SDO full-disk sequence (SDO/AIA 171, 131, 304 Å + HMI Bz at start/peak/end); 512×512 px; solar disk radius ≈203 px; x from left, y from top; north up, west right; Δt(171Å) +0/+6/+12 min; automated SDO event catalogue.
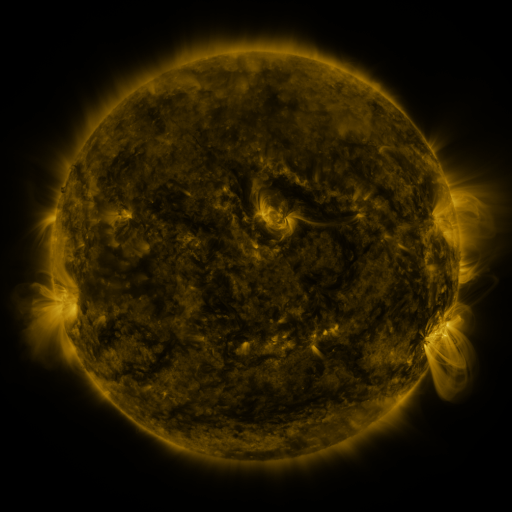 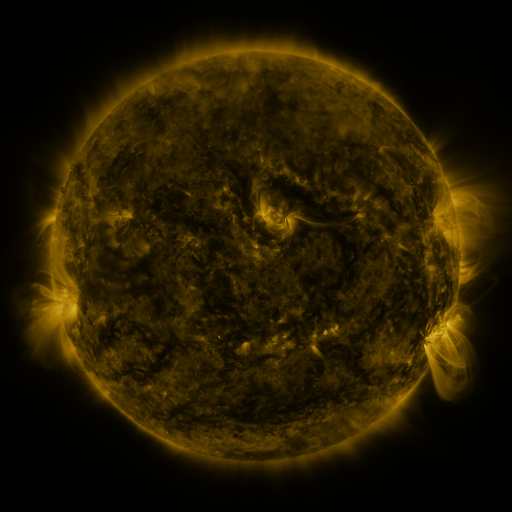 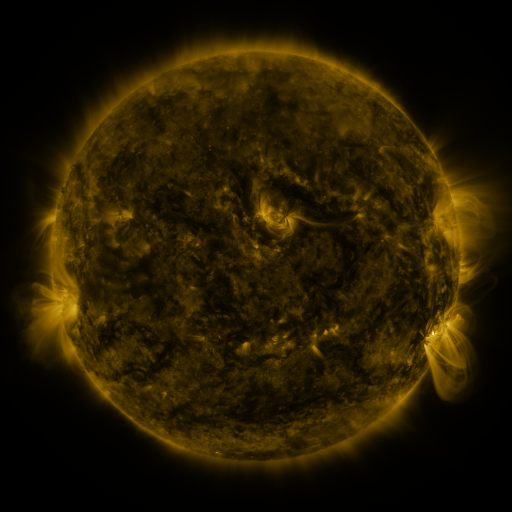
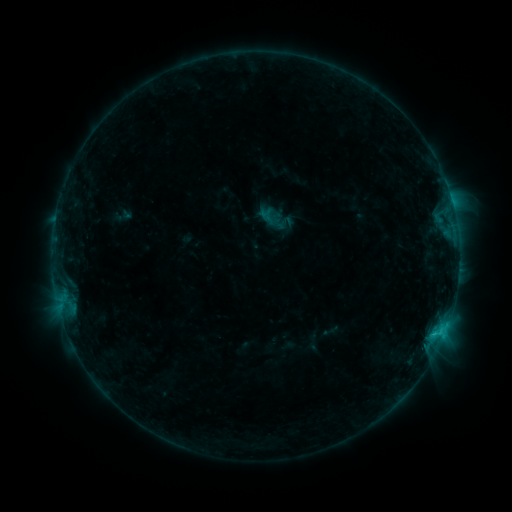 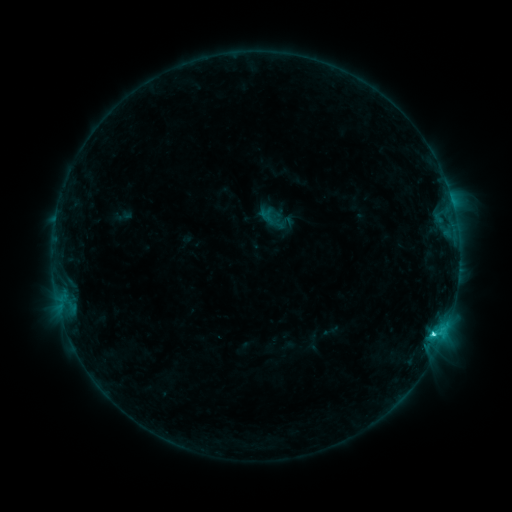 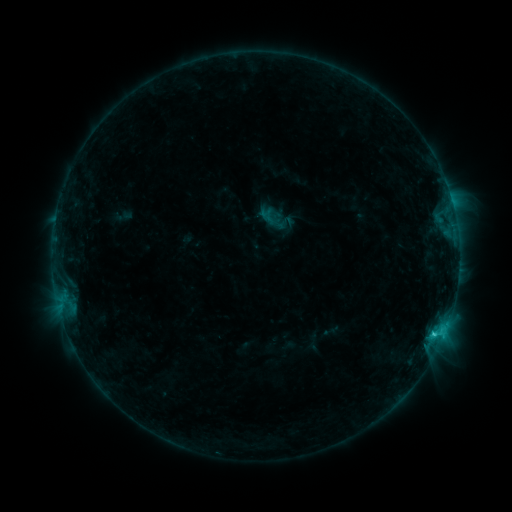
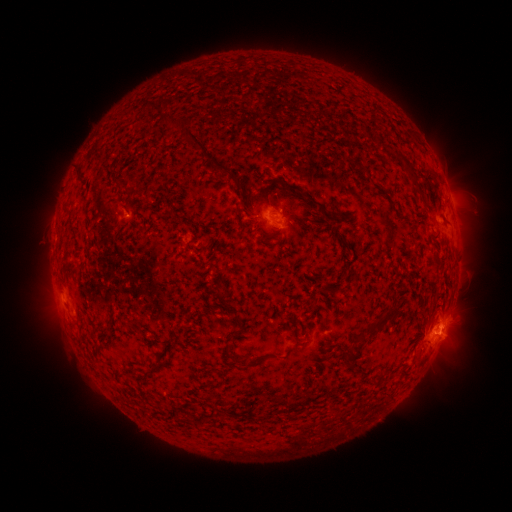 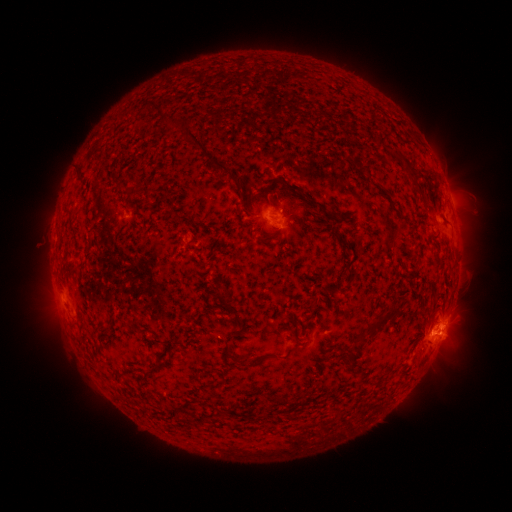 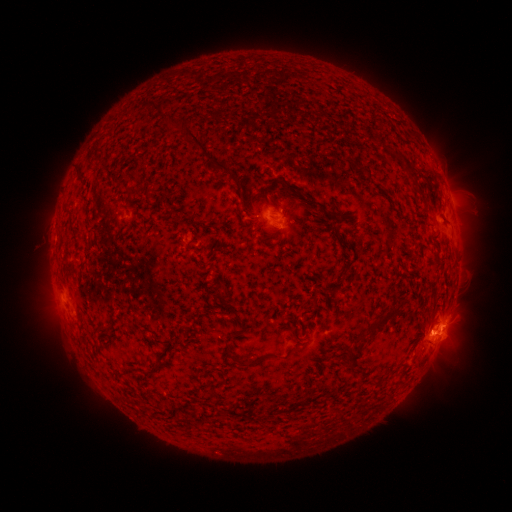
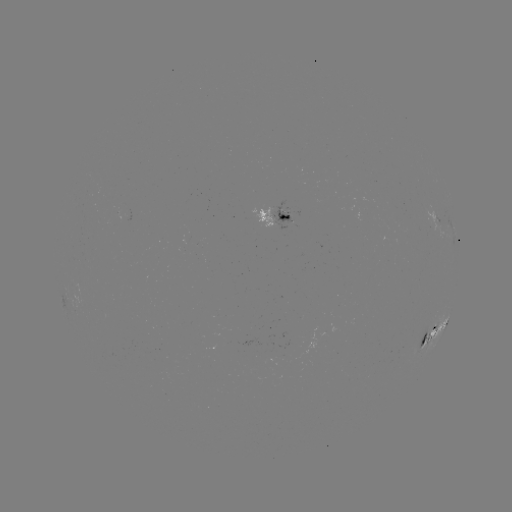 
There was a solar flare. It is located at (433, 333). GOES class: C2.1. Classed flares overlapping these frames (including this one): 1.